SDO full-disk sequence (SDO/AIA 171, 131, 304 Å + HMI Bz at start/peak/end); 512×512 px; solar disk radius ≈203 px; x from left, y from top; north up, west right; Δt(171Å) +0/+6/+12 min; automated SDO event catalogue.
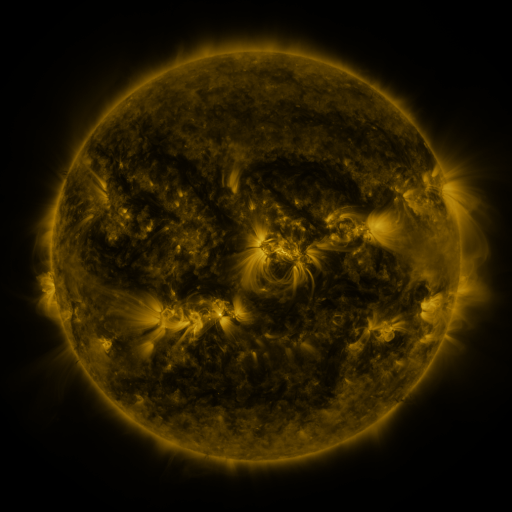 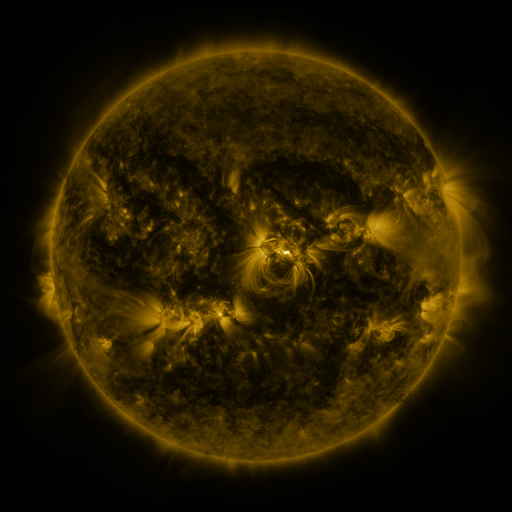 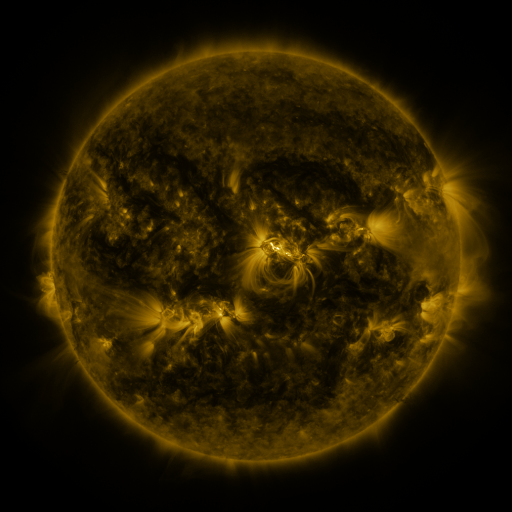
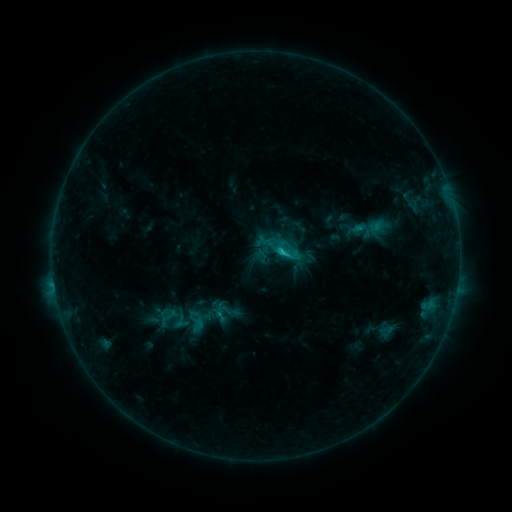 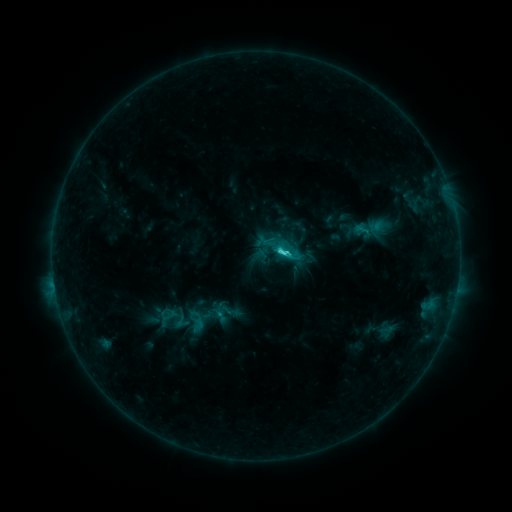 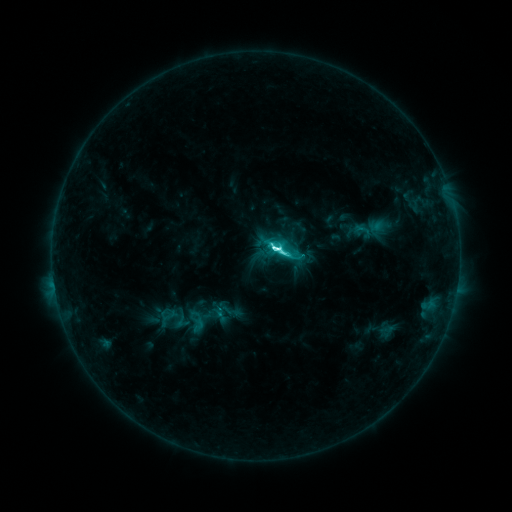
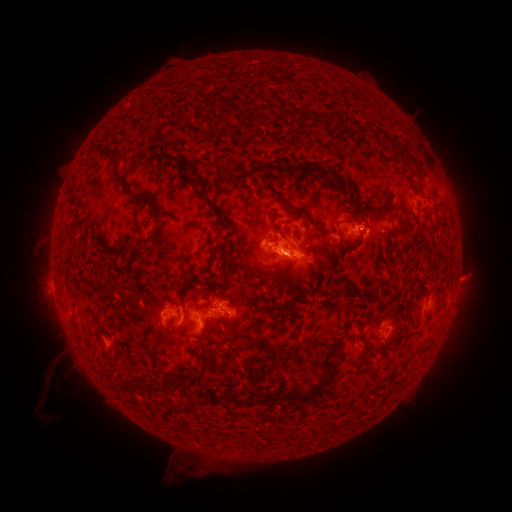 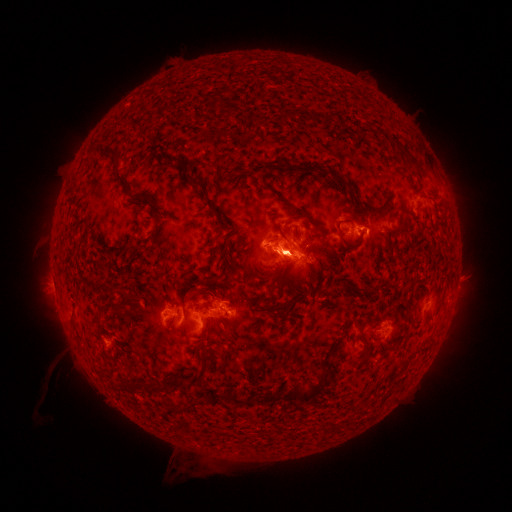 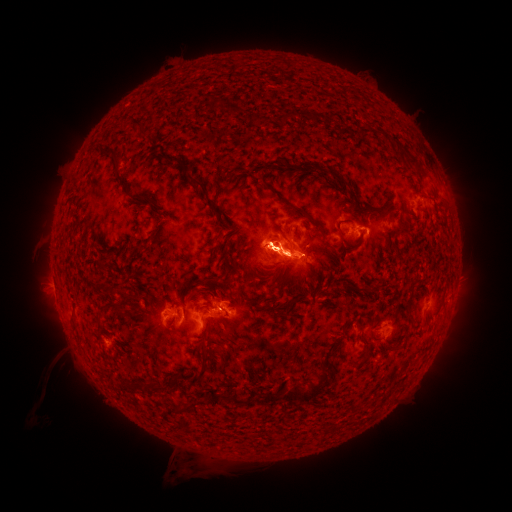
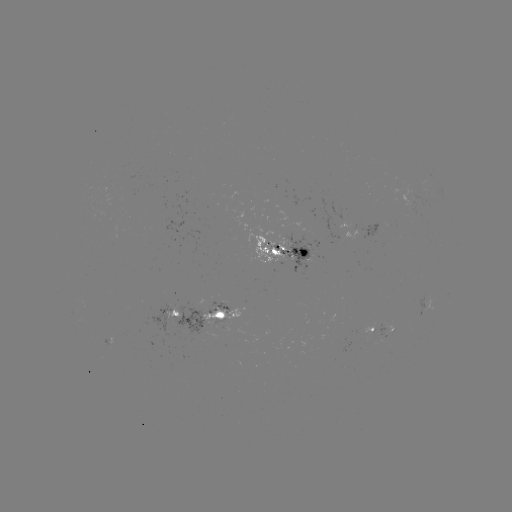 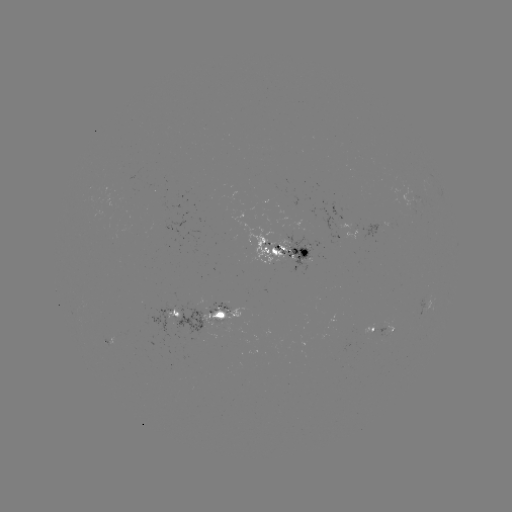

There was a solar eruption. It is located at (283, 258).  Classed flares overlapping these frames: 1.